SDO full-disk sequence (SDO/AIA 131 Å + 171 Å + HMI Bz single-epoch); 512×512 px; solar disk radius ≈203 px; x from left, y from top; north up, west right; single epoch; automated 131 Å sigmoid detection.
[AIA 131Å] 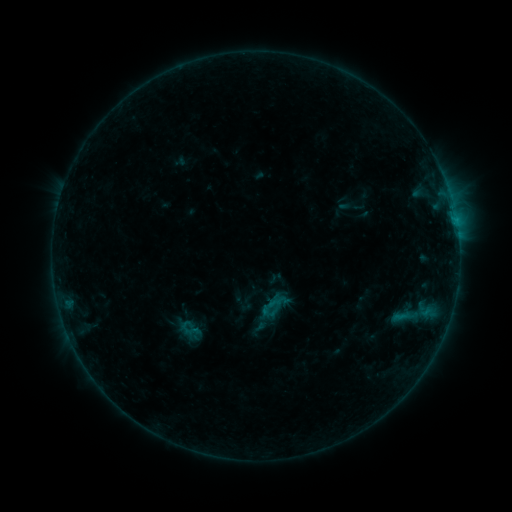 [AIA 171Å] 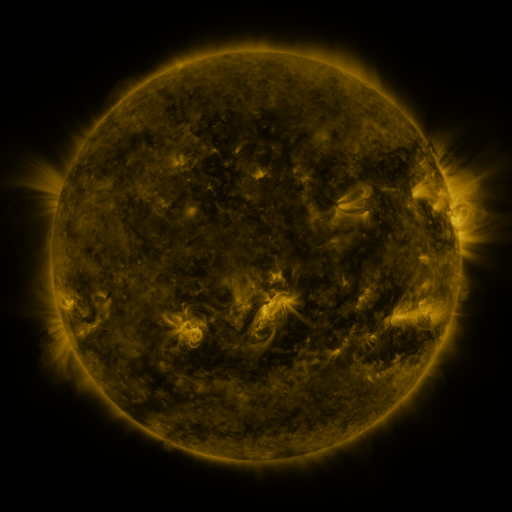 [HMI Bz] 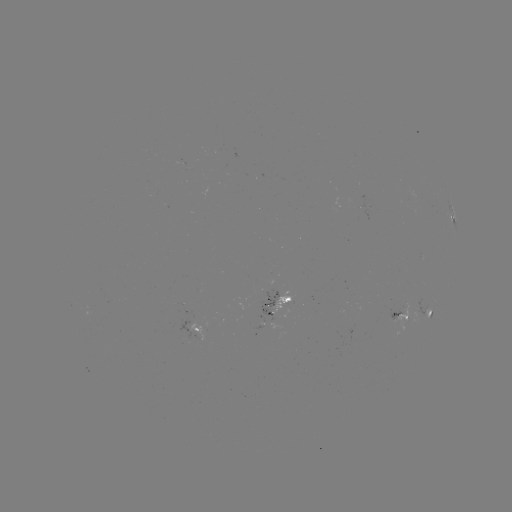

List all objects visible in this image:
sigmoid: (174, 317, 204, 340)
